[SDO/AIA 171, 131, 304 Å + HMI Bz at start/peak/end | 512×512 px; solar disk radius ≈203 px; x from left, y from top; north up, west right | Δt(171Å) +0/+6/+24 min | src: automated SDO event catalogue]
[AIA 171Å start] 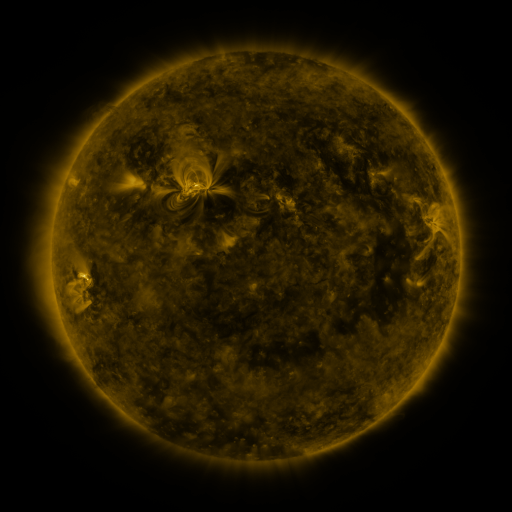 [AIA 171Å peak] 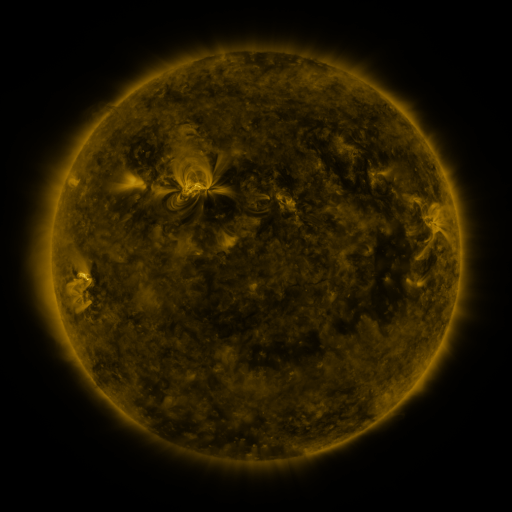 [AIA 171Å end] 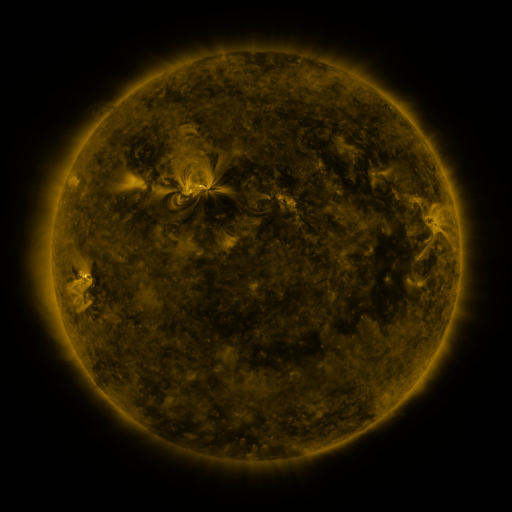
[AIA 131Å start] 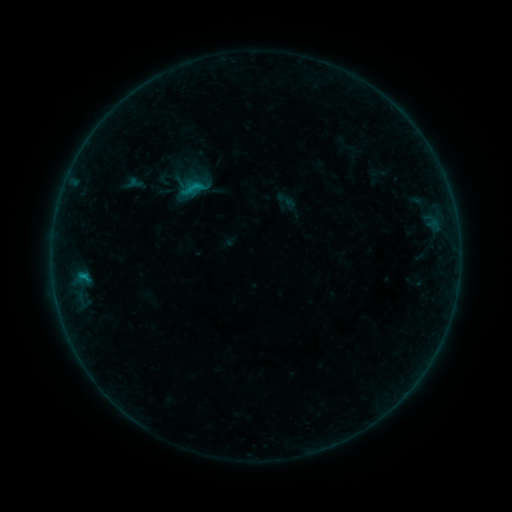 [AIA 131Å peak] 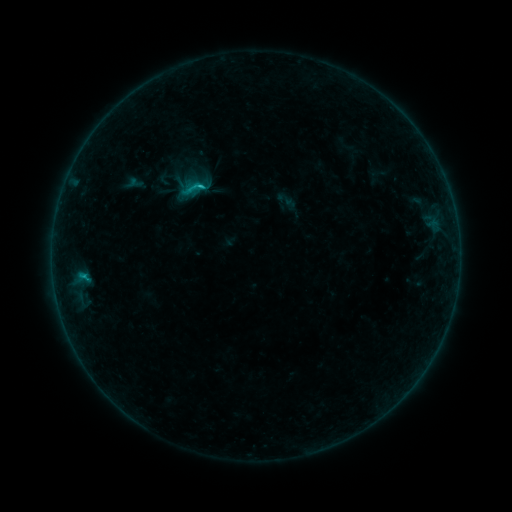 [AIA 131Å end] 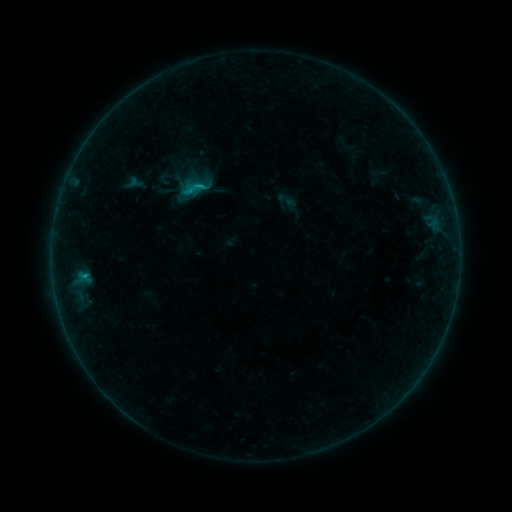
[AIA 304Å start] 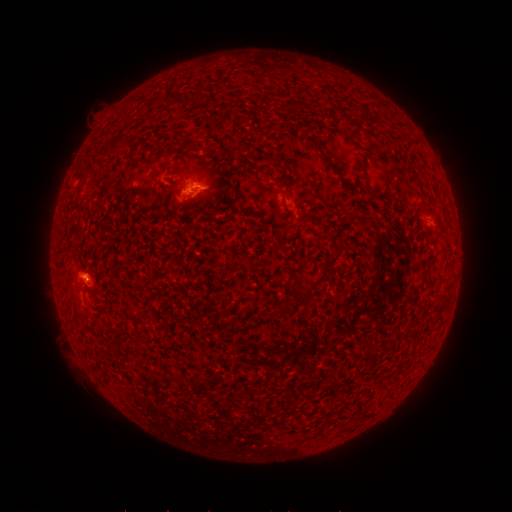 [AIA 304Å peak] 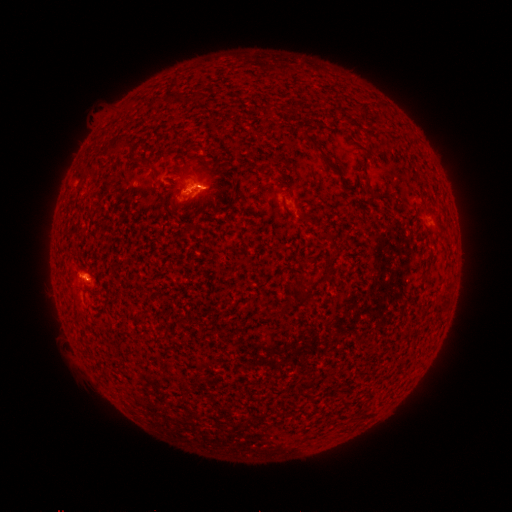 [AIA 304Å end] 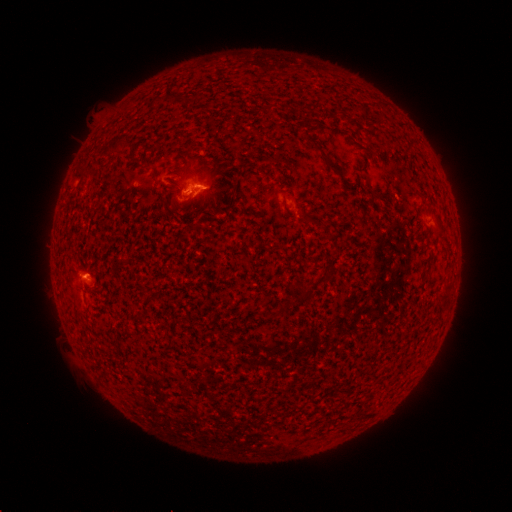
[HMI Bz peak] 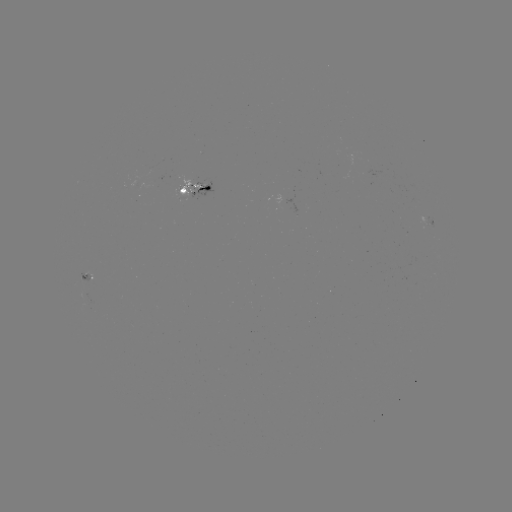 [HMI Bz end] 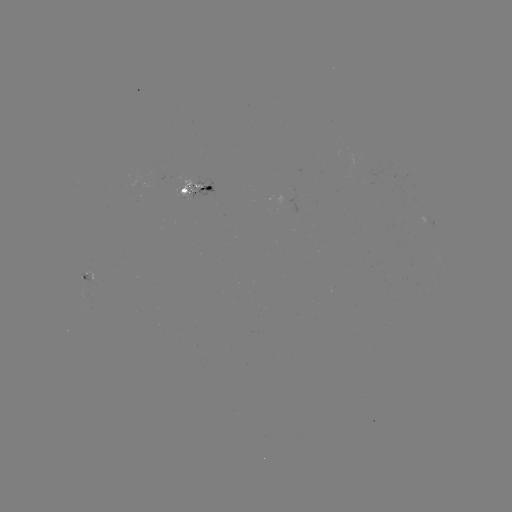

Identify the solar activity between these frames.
C1.1 flare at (201, 188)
